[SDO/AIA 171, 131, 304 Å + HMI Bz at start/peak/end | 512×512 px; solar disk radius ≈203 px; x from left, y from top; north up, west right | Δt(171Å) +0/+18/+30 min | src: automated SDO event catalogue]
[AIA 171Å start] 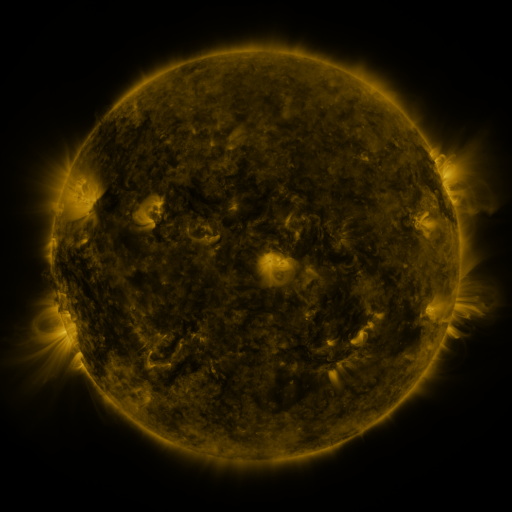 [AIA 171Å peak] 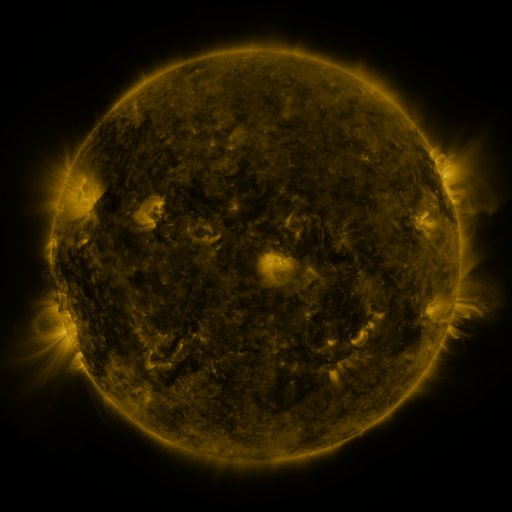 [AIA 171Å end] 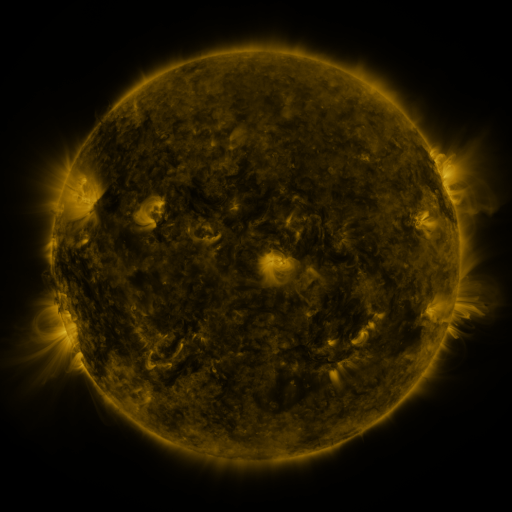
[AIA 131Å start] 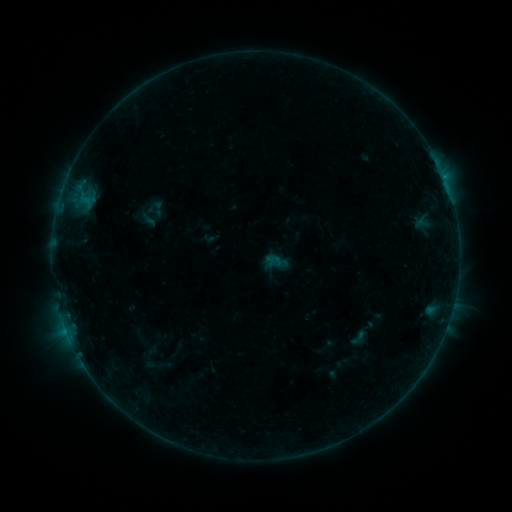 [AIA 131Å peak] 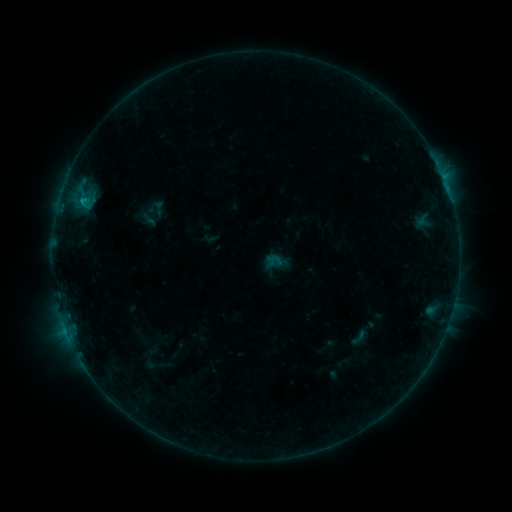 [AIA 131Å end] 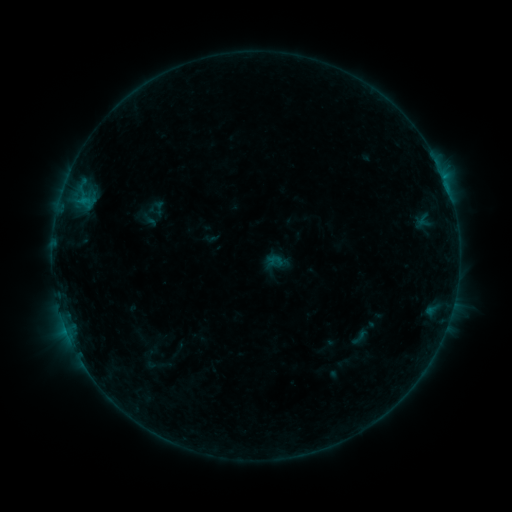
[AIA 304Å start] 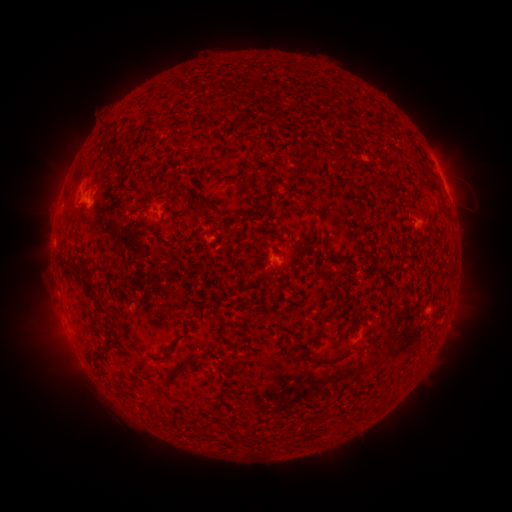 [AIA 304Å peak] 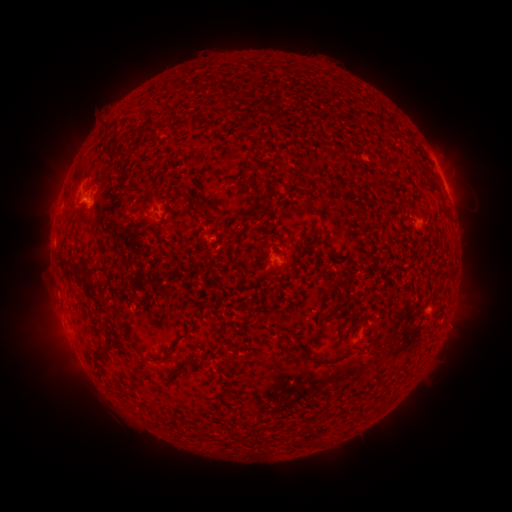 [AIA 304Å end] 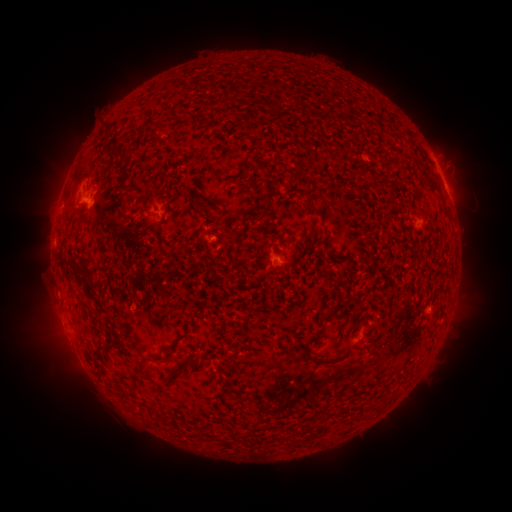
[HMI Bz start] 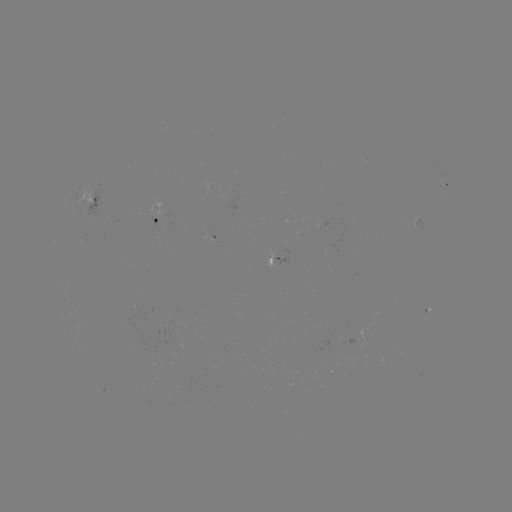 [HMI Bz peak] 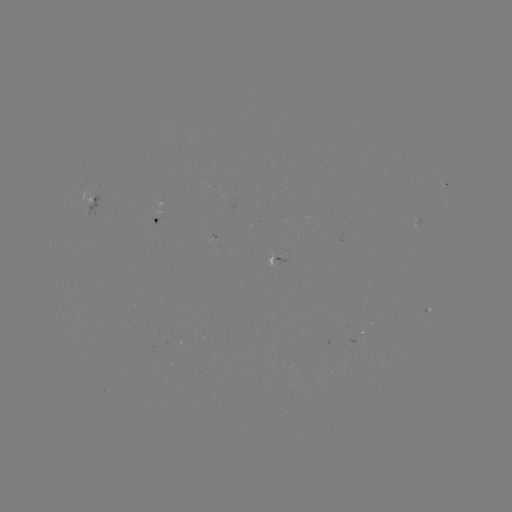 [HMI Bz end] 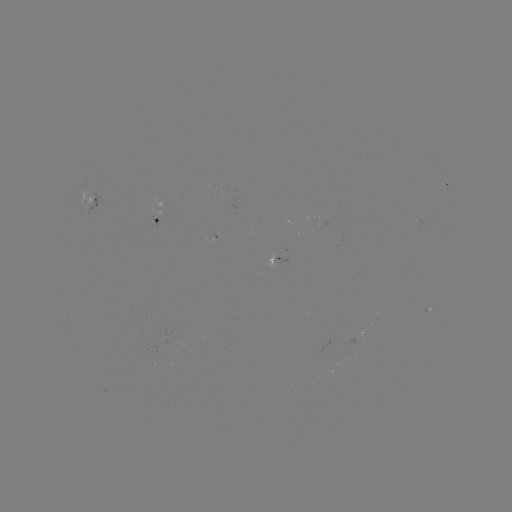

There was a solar flare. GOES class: B4.6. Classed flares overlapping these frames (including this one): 1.